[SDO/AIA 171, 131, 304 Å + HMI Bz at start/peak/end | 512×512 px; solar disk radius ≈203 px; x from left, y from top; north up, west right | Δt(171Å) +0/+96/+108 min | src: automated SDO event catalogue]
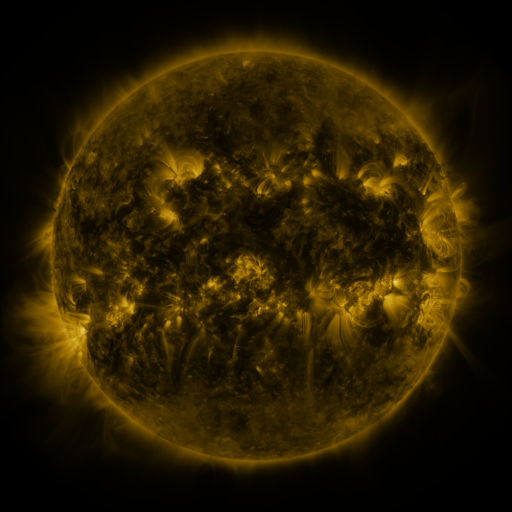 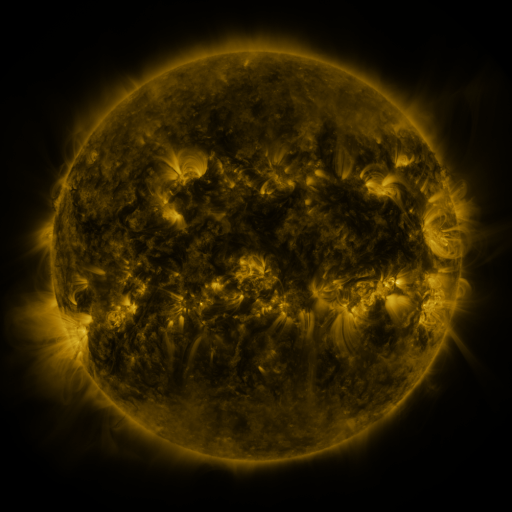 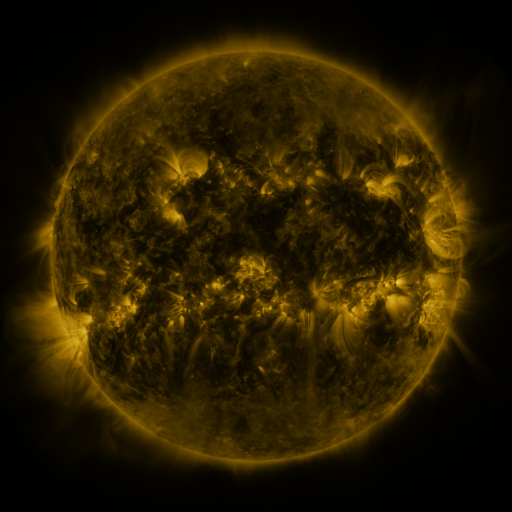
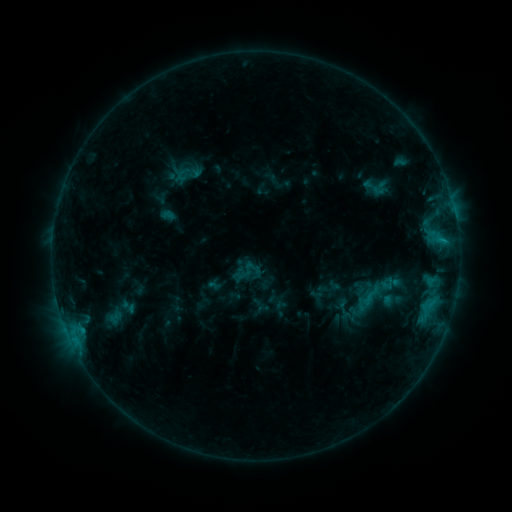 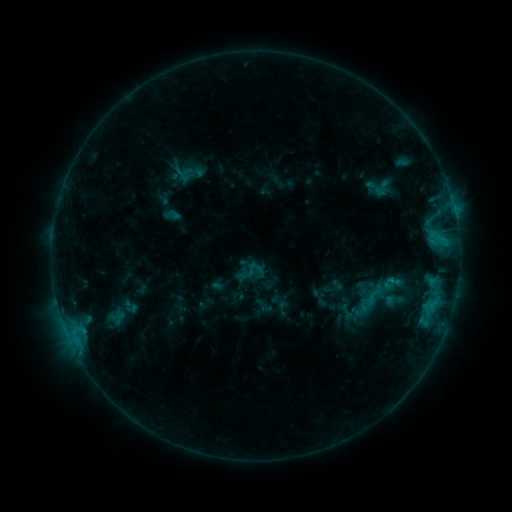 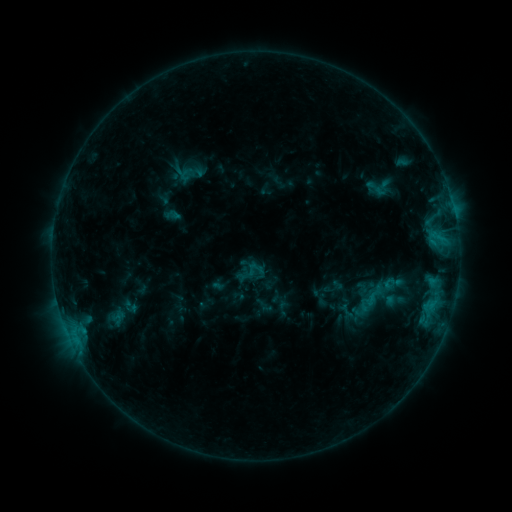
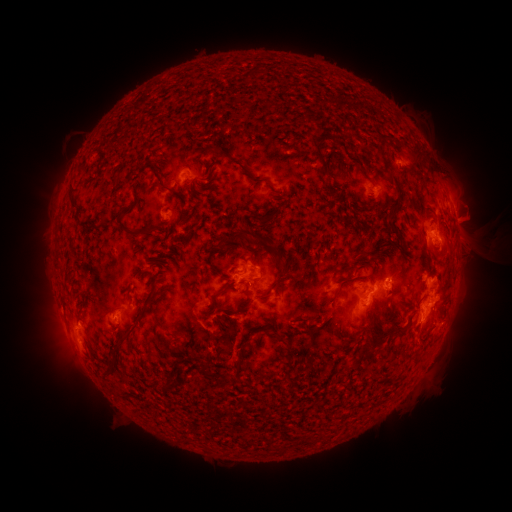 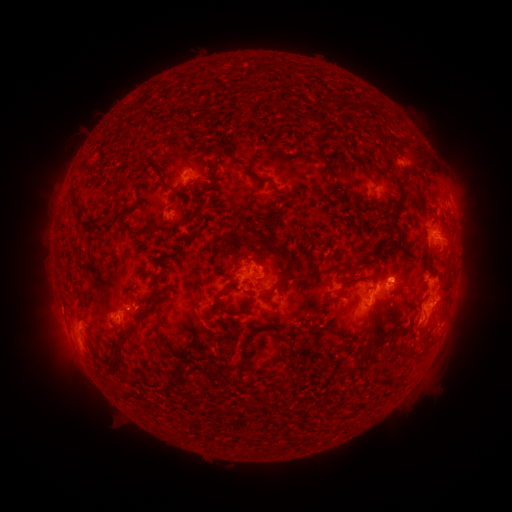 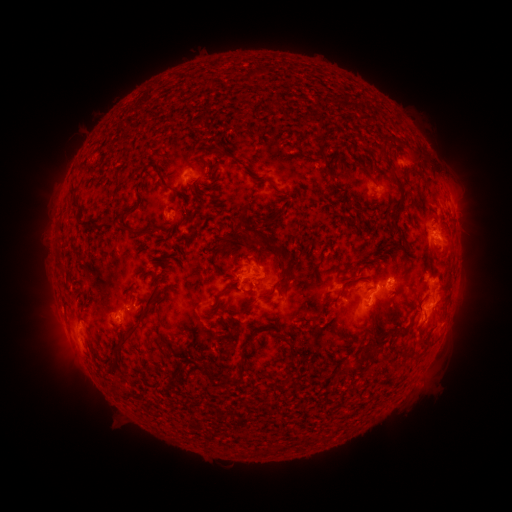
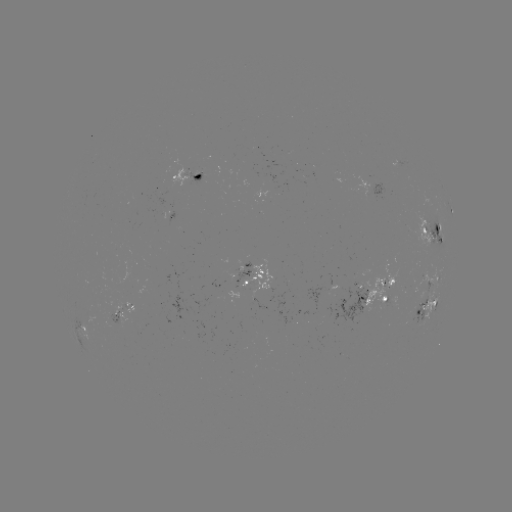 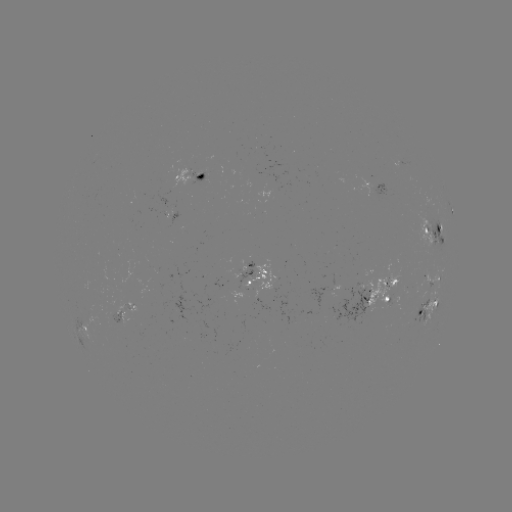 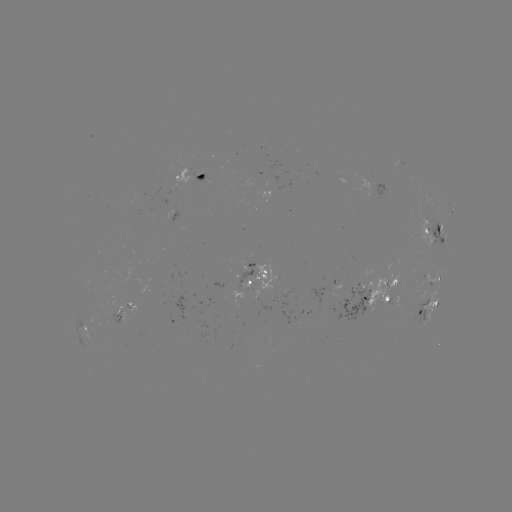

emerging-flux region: [242, 262, 274, 296]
